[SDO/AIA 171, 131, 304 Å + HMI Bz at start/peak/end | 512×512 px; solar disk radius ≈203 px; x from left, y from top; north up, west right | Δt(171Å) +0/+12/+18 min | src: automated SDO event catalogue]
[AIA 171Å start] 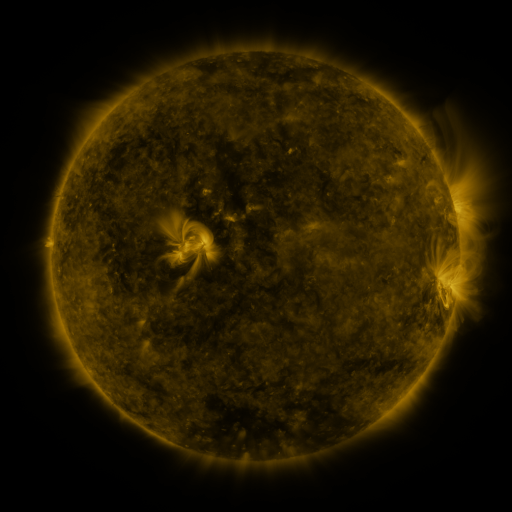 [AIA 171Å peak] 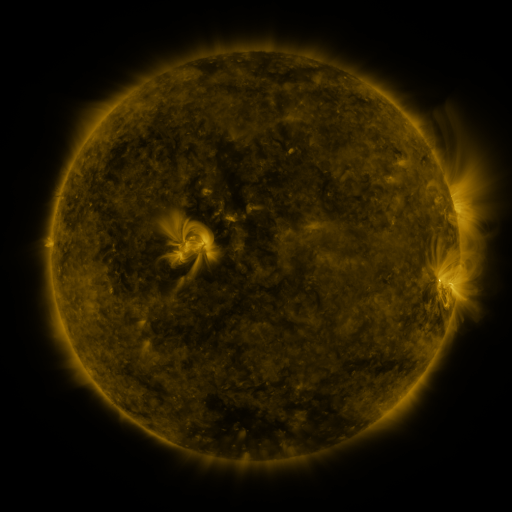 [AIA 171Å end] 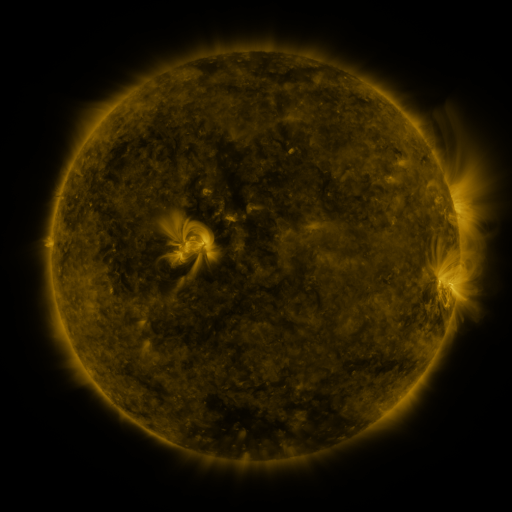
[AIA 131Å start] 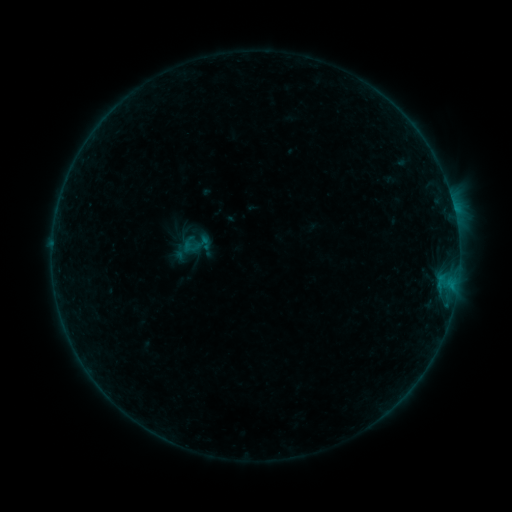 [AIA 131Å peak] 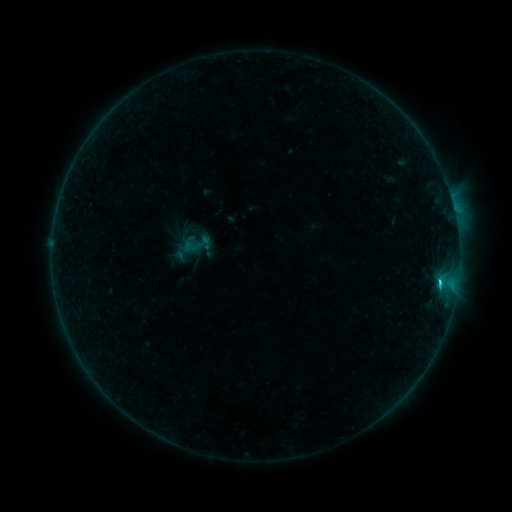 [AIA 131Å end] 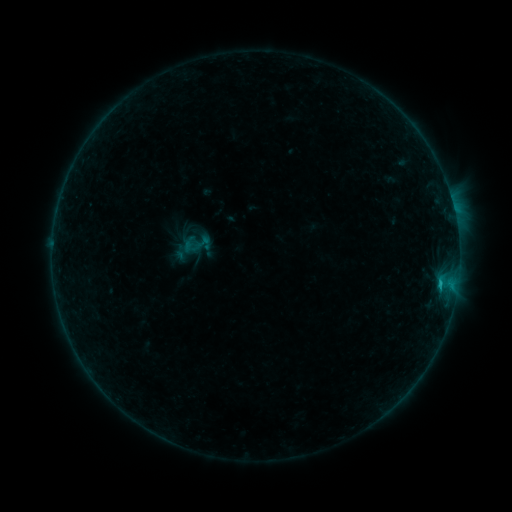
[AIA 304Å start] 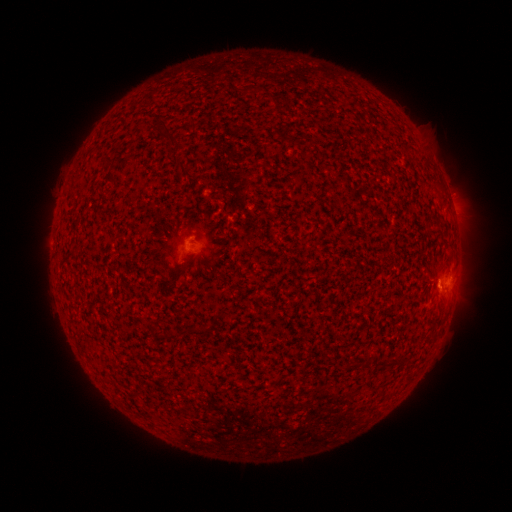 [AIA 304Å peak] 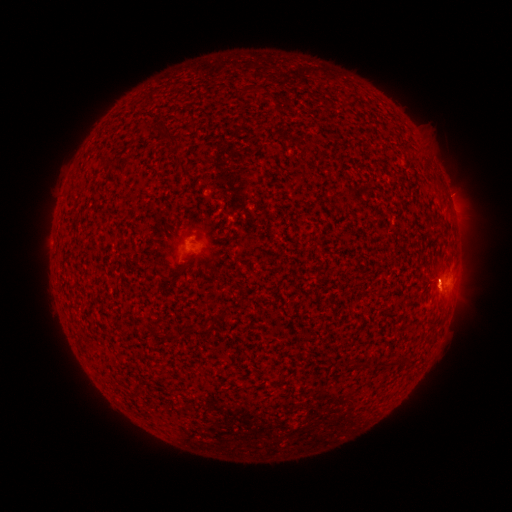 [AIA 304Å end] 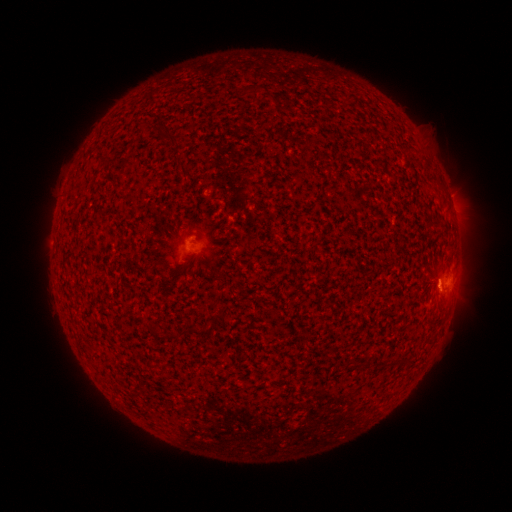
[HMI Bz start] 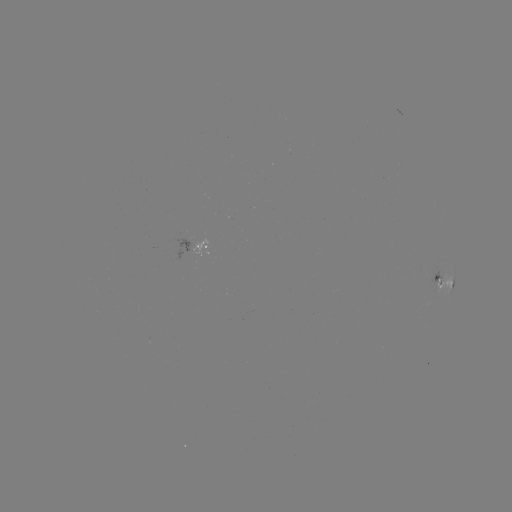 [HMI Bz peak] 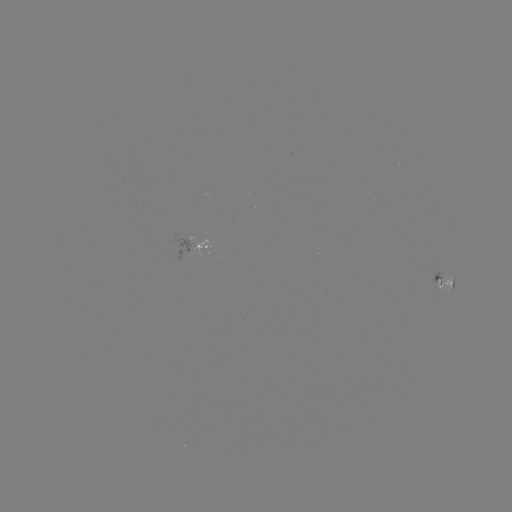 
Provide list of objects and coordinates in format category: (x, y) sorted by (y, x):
C1.1 flare: (439, 282)
